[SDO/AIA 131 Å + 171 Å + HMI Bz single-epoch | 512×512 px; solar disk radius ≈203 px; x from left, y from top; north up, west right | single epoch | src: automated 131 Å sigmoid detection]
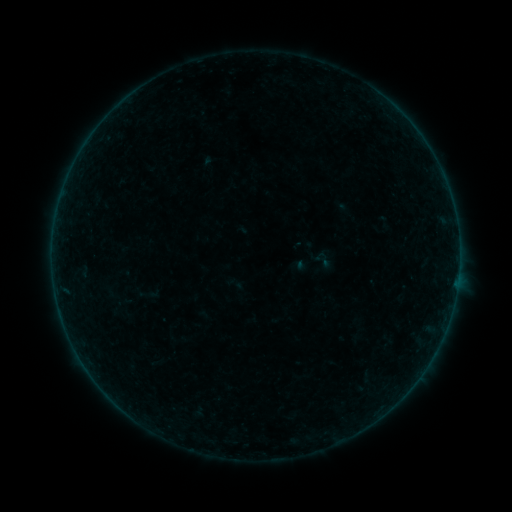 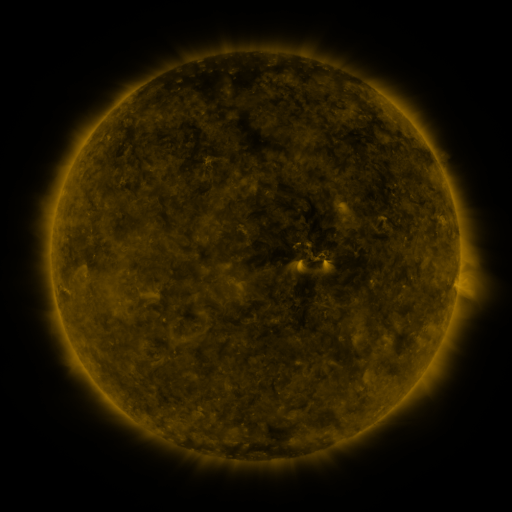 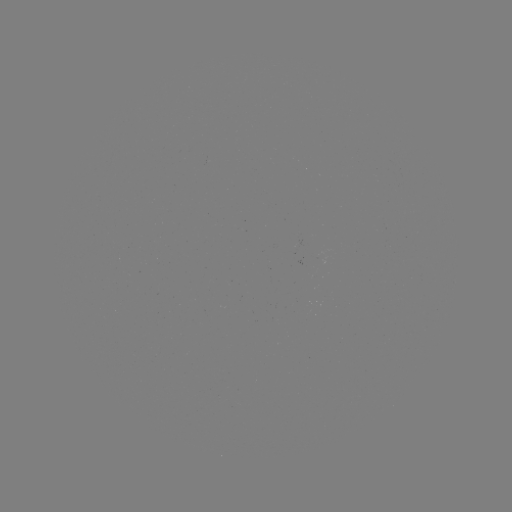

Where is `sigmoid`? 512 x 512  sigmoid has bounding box [315, 251, 336, 270].